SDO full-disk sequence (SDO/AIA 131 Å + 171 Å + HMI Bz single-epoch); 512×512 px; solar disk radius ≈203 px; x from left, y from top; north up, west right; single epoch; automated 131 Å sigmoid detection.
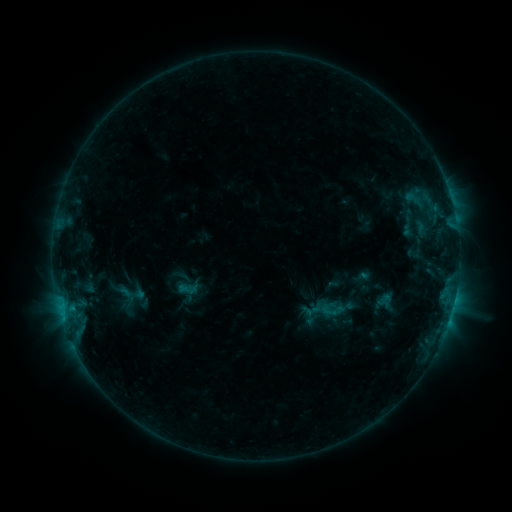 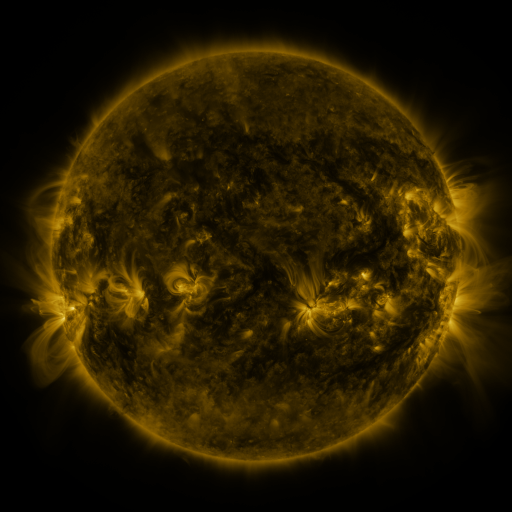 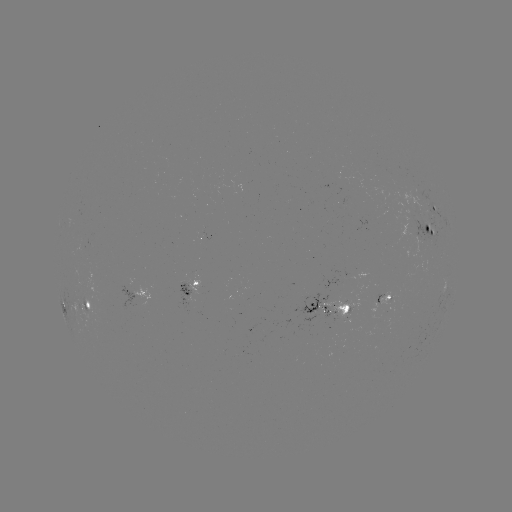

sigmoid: <bbox>320, 302, 337, 319</bbox>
